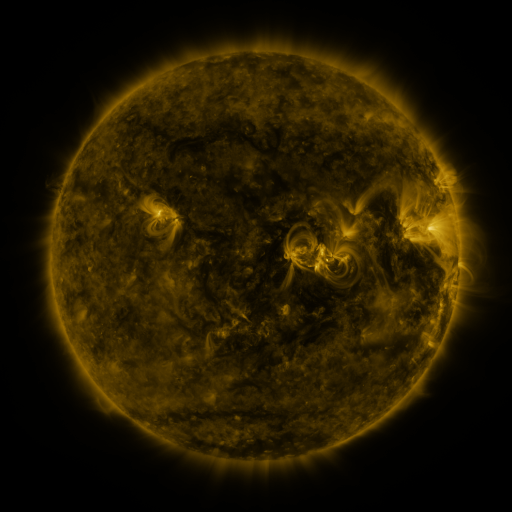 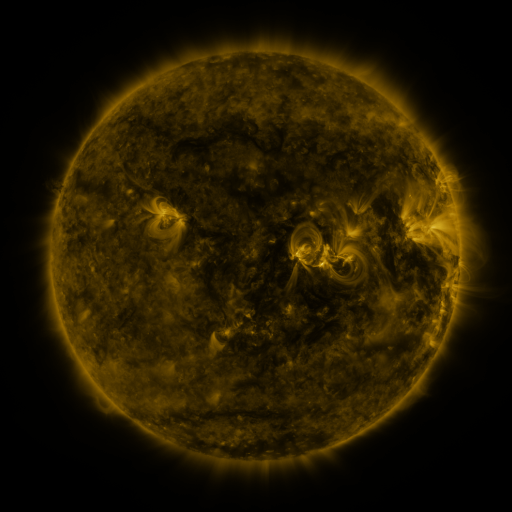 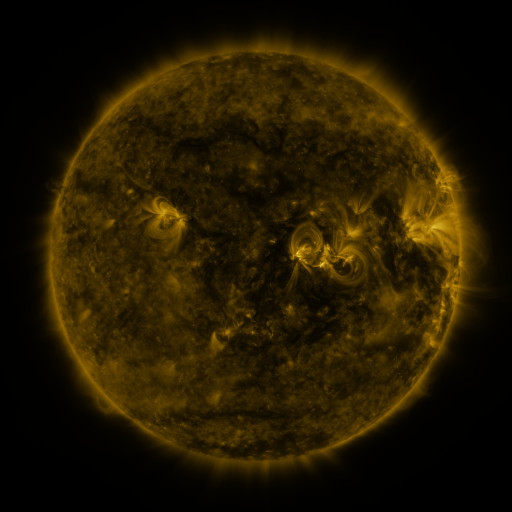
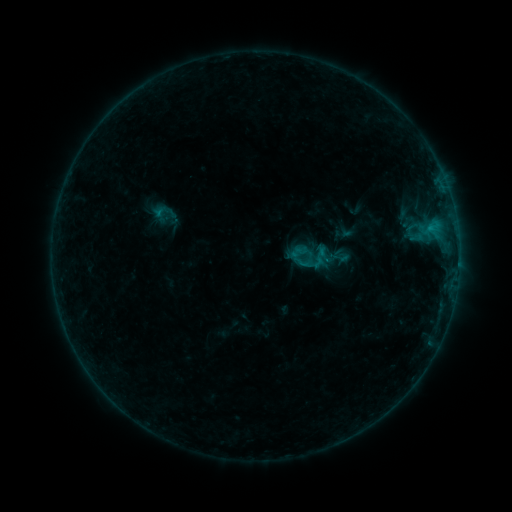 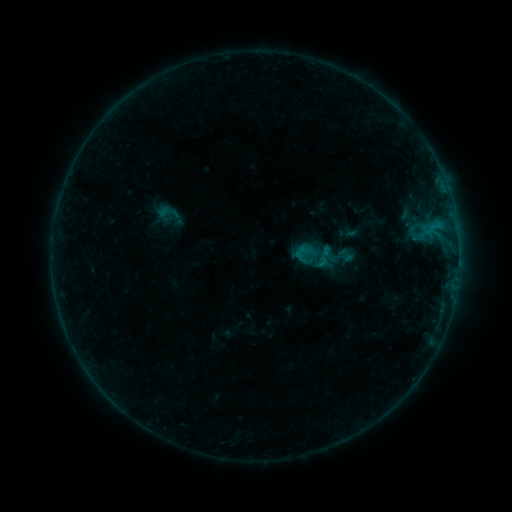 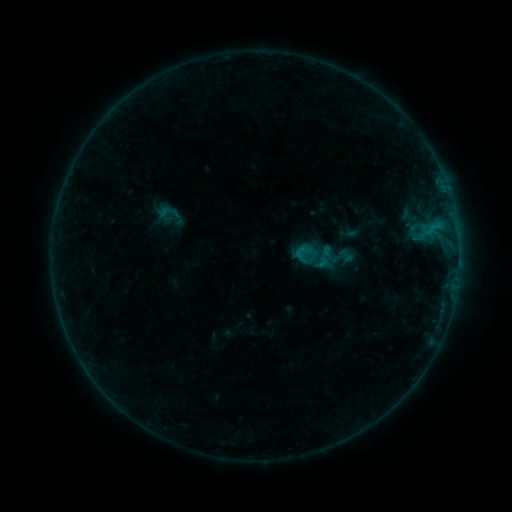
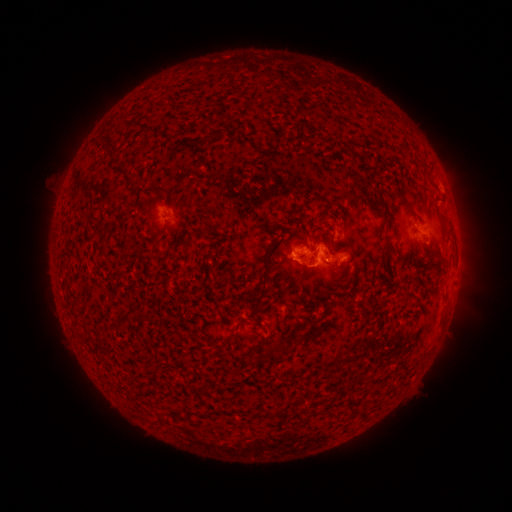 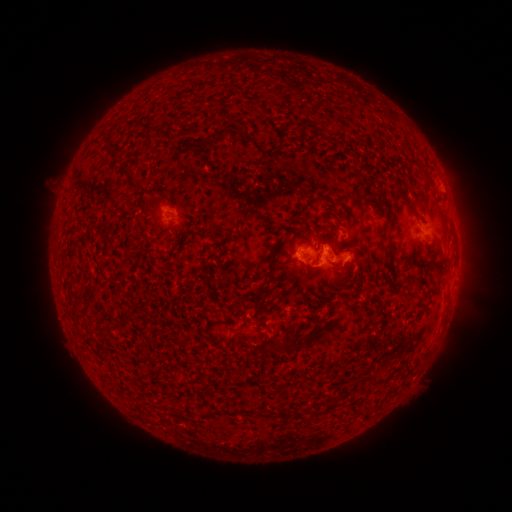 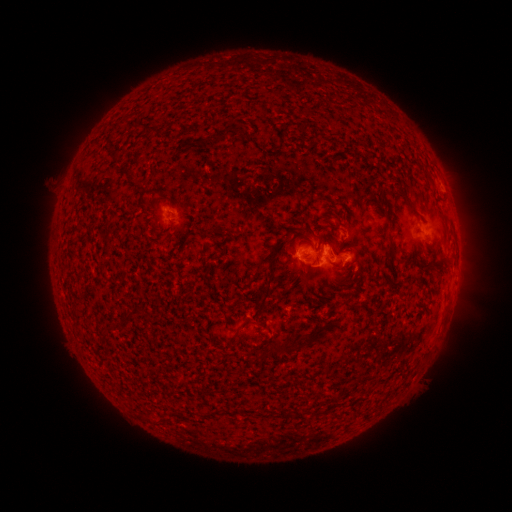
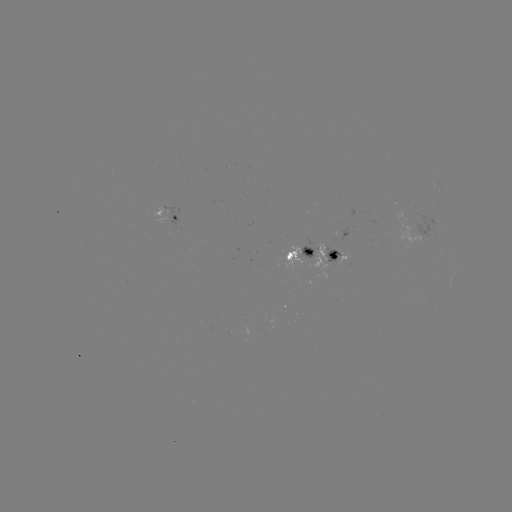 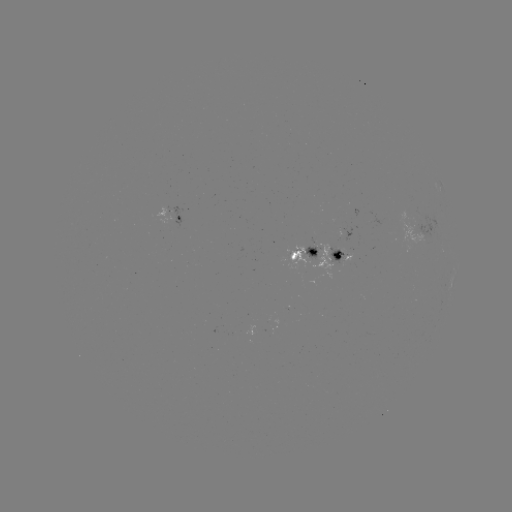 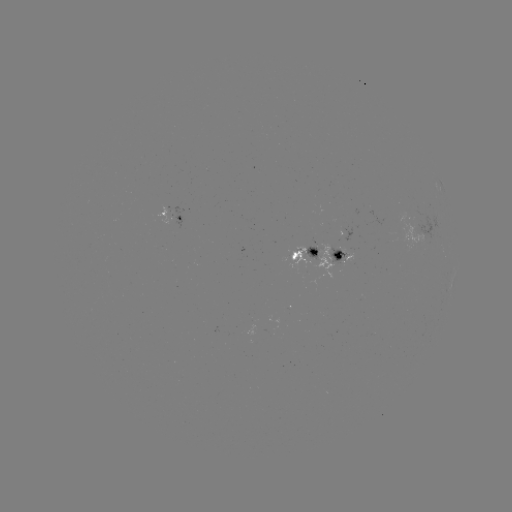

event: emerging-flux region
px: (340, 251)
